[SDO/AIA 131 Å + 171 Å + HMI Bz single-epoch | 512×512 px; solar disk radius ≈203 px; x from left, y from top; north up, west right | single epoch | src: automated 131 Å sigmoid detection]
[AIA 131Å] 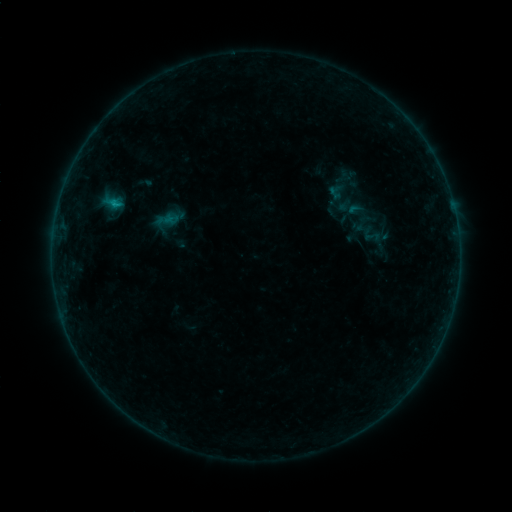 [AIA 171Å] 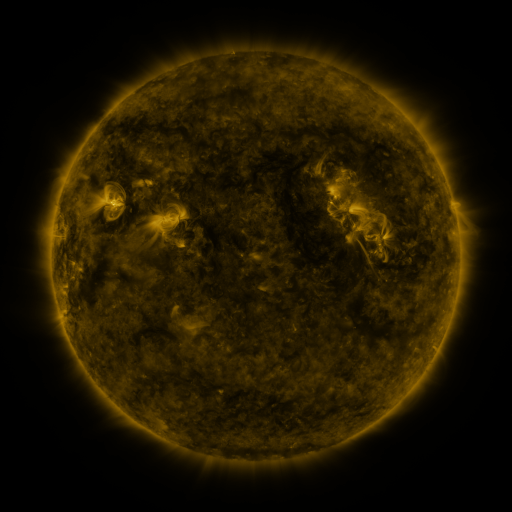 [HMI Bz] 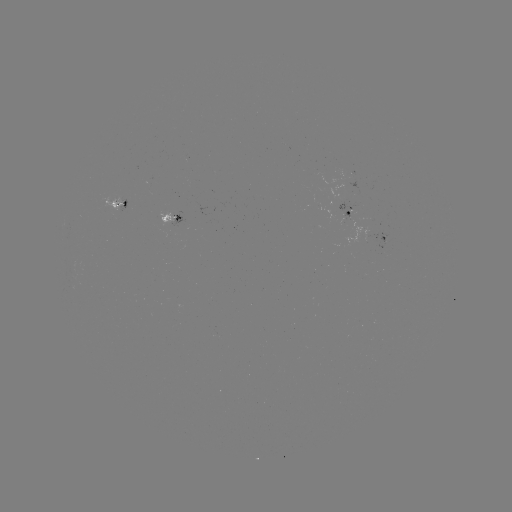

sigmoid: <bbox>359, 222, 382, 247</bbox>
